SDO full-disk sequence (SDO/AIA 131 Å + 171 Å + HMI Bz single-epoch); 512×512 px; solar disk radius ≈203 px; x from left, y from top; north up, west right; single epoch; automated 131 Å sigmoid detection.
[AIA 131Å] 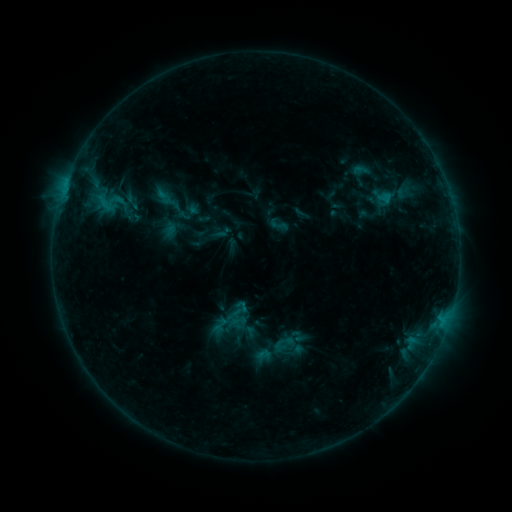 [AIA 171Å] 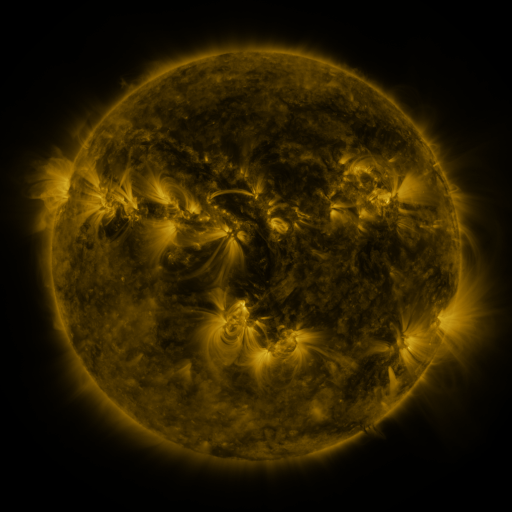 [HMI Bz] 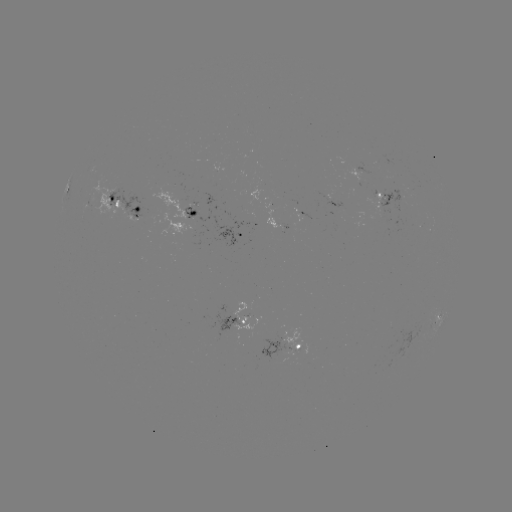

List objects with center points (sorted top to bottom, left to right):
sigmoid: (132, 201)
sigmoid: (280, 225)
sigmoid: (224, 232)
sigmoid: (239, 309)
